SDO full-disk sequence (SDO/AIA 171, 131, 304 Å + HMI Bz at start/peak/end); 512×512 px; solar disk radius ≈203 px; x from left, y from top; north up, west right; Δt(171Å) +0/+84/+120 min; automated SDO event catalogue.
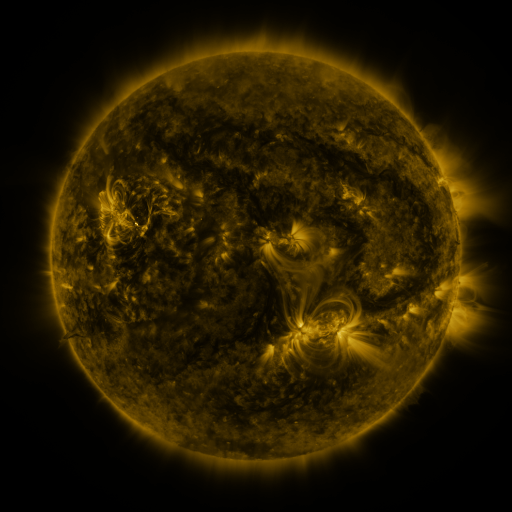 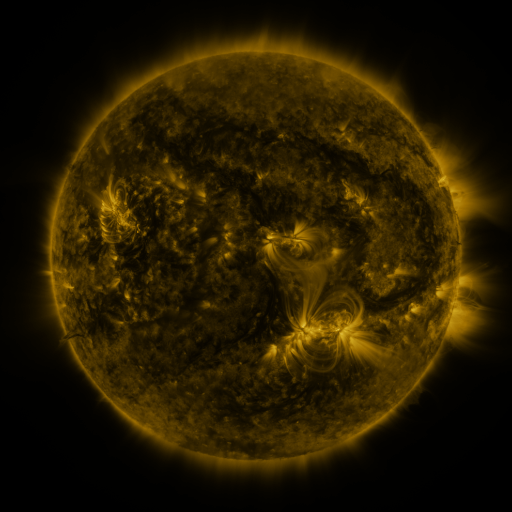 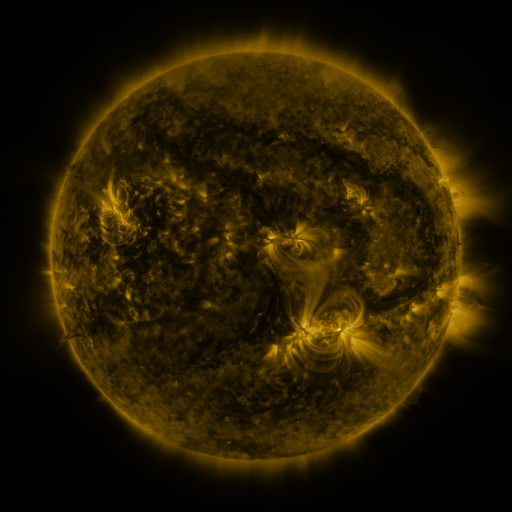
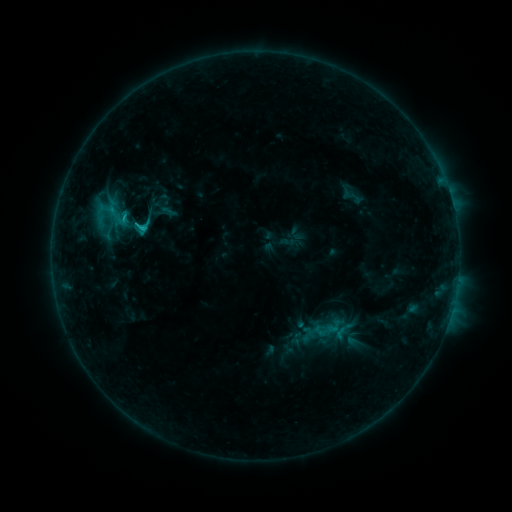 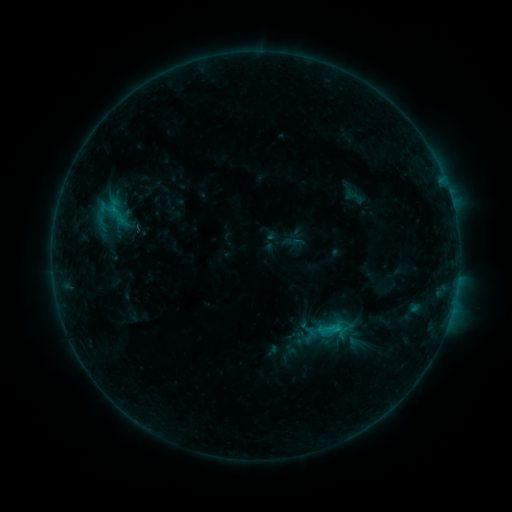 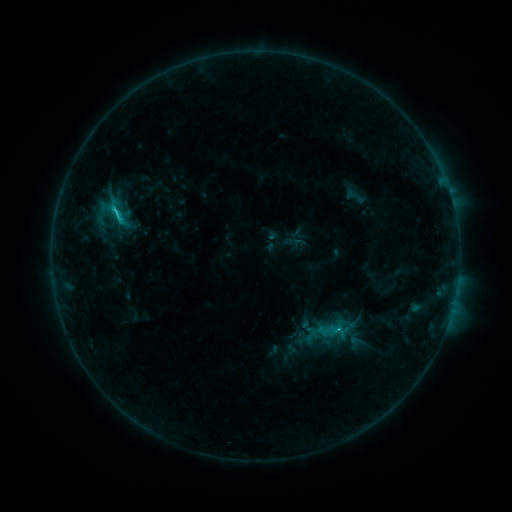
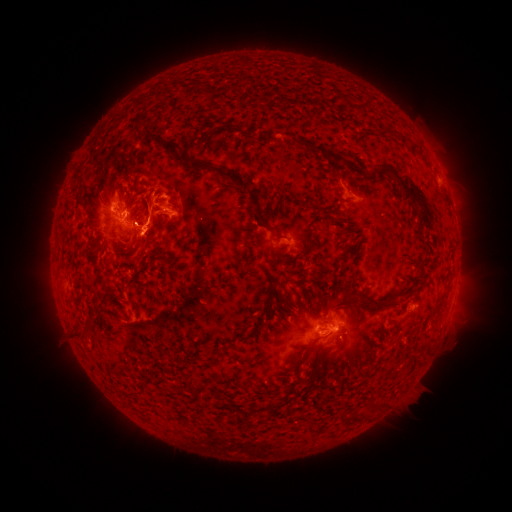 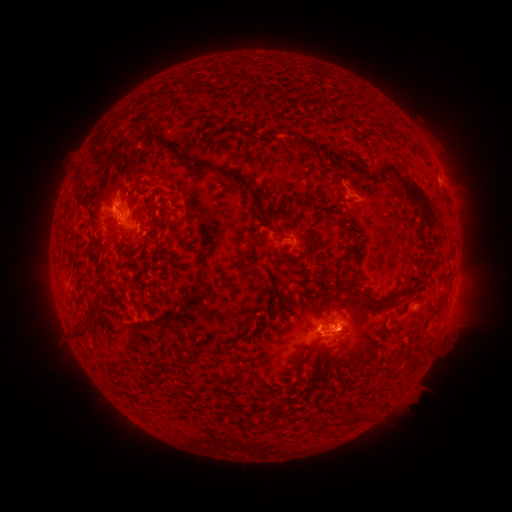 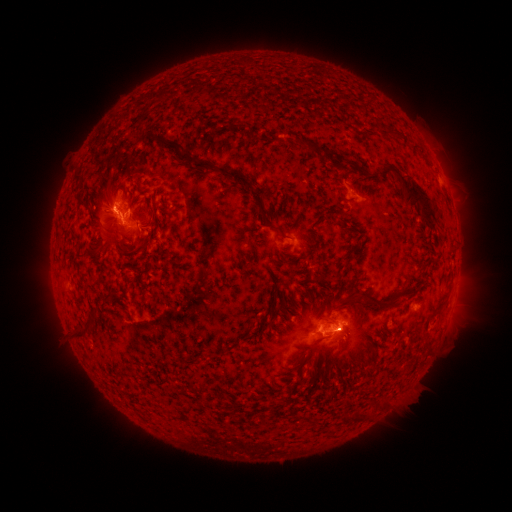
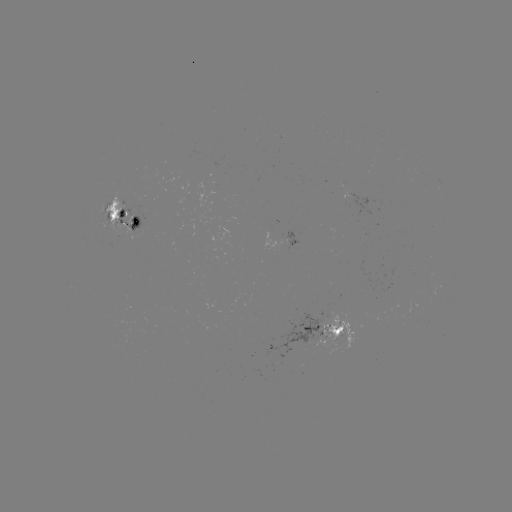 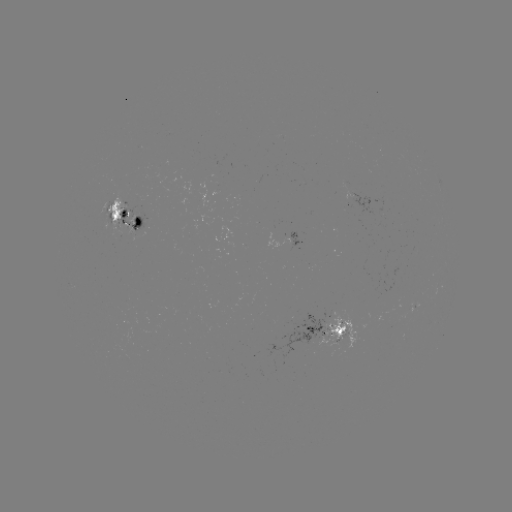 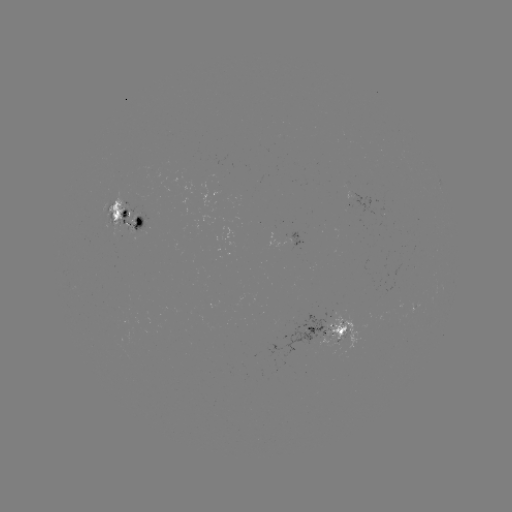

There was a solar emerging-flux region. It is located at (291, 239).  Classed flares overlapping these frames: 2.